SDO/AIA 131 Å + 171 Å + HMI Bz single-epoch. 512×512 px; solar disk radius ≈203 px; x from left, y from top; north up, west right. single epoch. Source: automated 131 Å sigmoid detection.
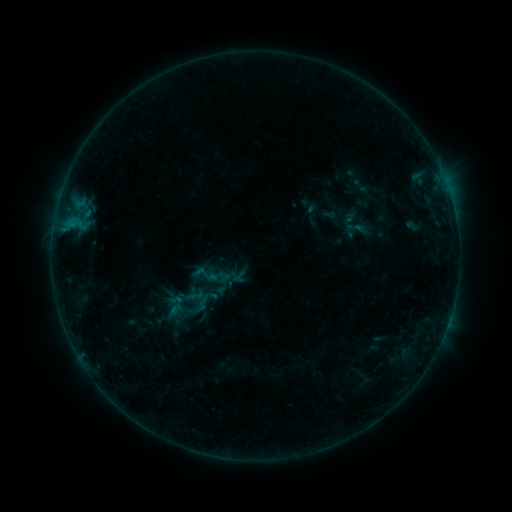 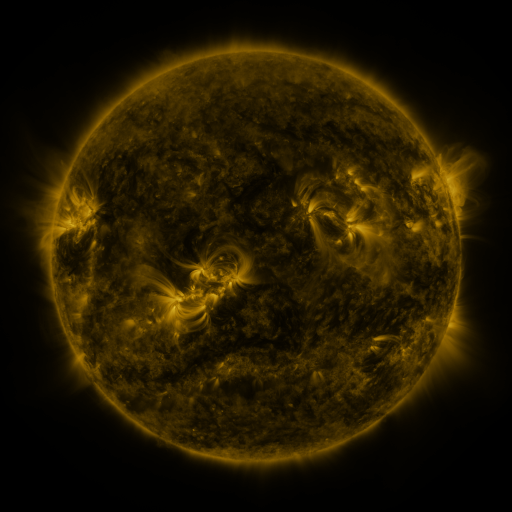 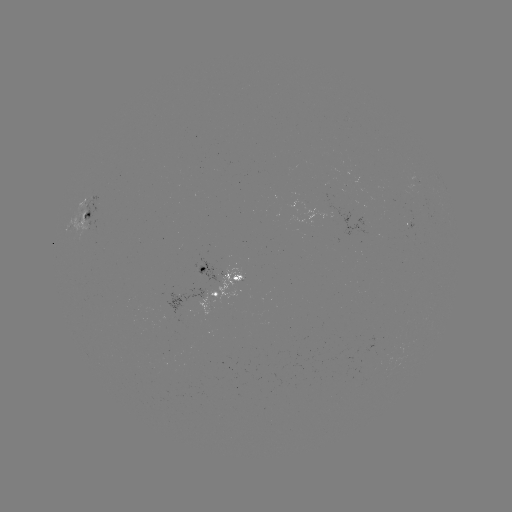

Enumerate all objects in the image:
sigmoid: [189, 259, 221, 290]
